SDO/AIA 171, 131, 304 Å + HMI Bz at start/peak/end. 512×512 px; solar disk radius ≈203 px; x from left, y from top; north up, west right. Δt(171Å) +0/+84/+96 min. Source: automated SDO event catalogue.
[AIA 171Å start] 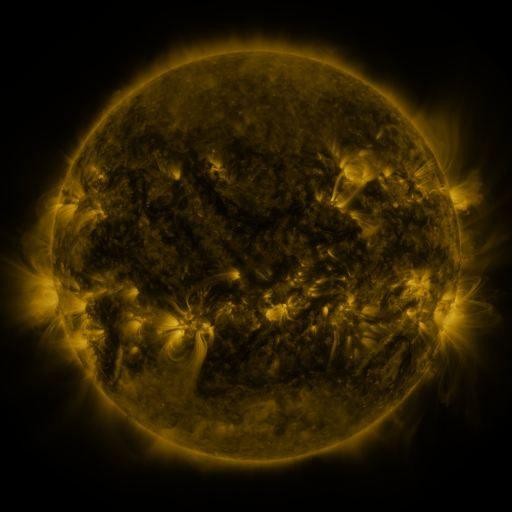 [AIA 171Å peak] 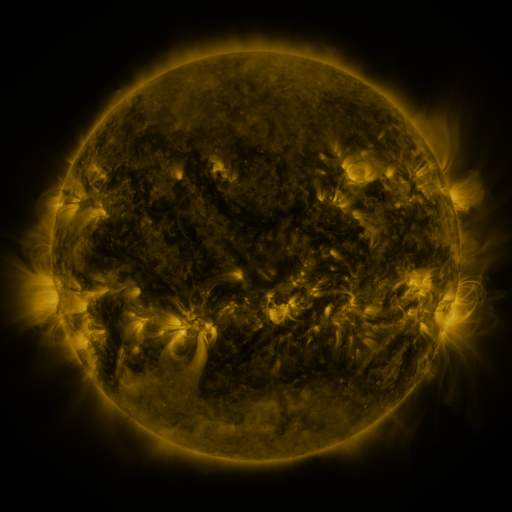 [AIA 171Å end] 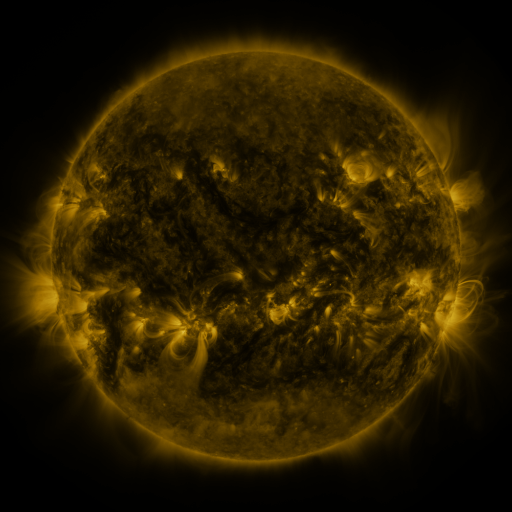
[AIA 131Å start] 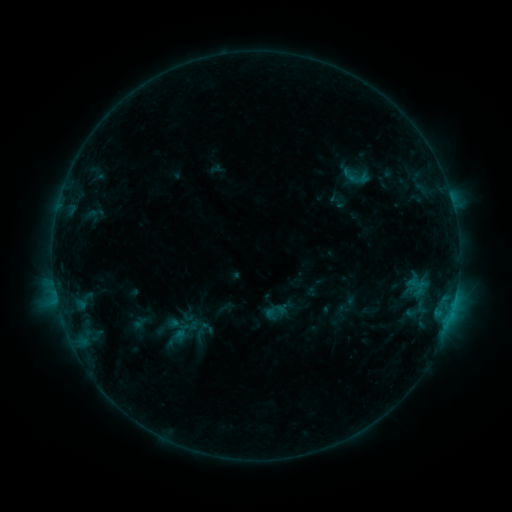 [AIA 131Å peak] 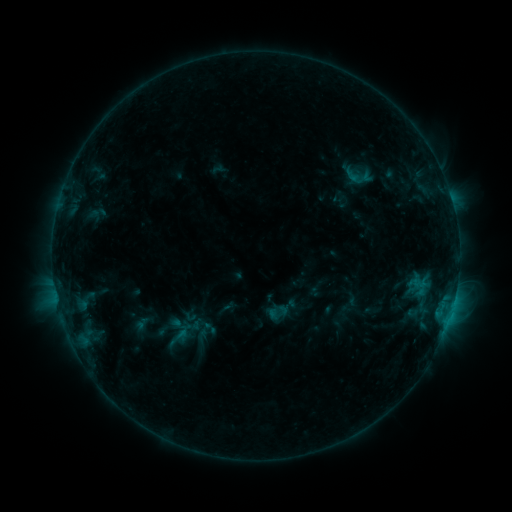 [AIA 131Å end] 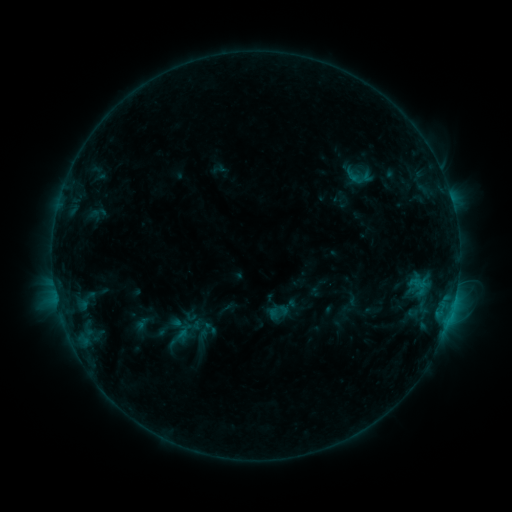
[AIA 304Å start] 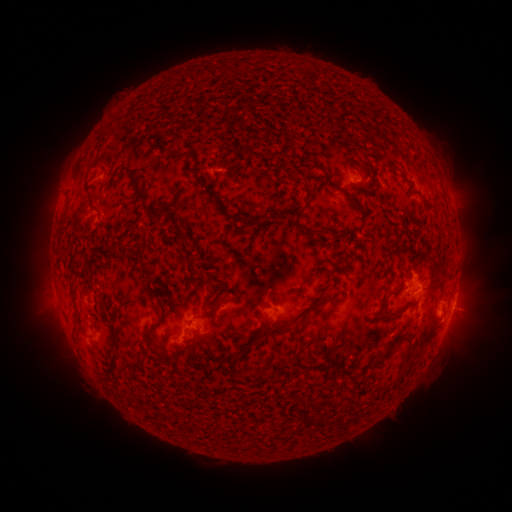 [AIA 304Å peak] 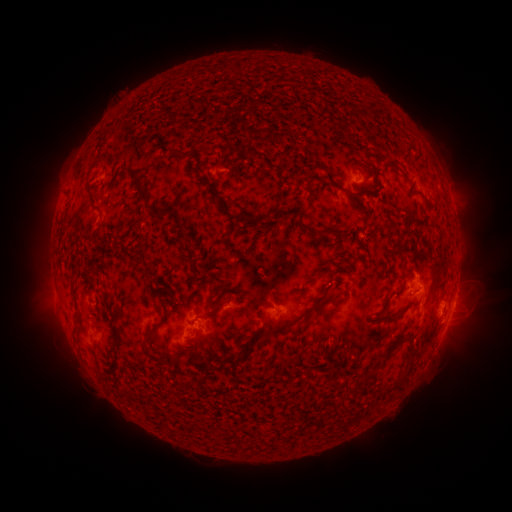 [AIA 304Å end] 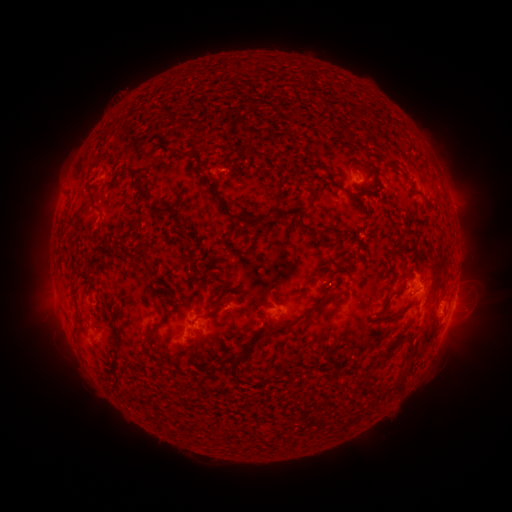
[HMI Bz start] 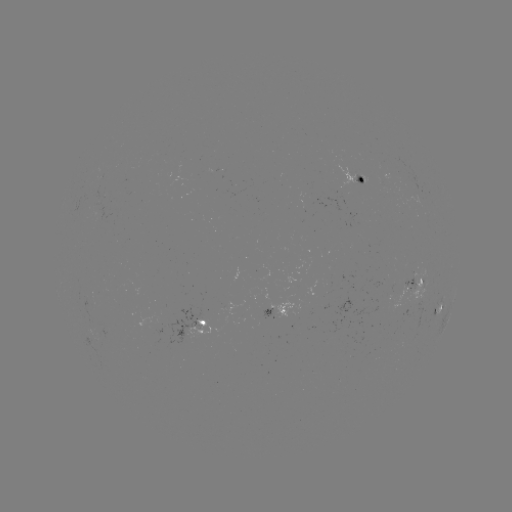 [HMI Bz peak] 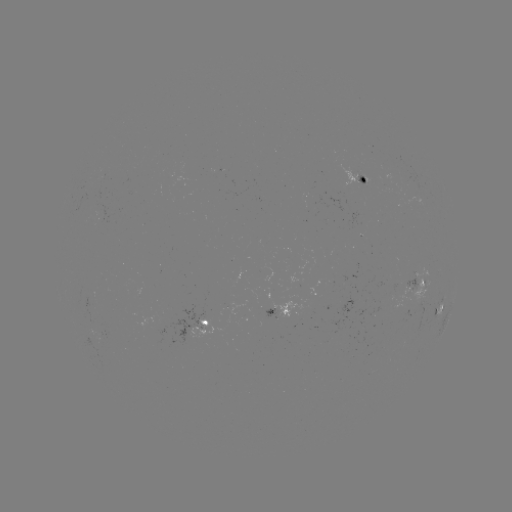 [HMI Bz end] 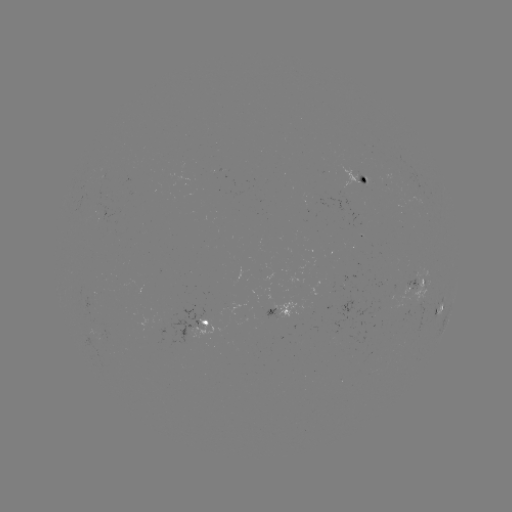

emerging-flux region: (389, 278, 415, 300)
